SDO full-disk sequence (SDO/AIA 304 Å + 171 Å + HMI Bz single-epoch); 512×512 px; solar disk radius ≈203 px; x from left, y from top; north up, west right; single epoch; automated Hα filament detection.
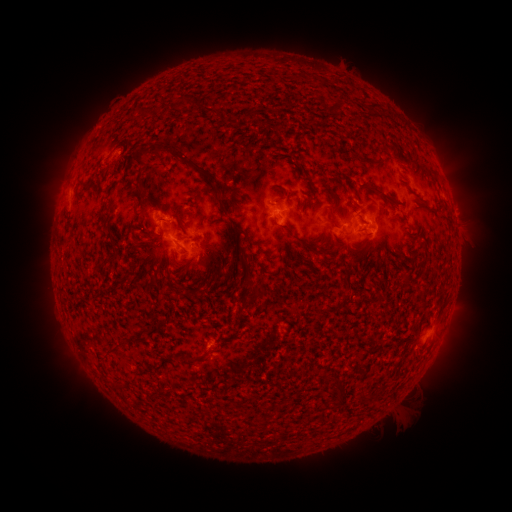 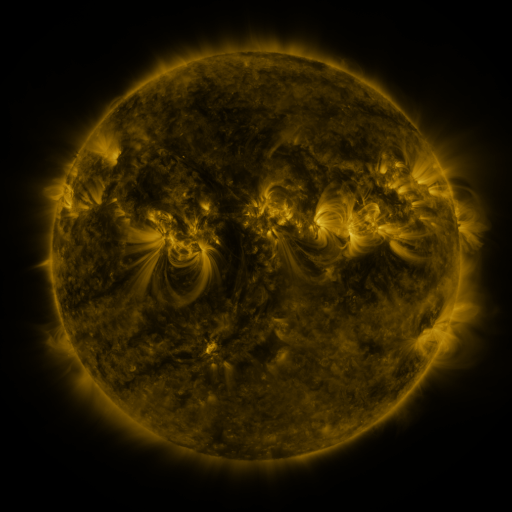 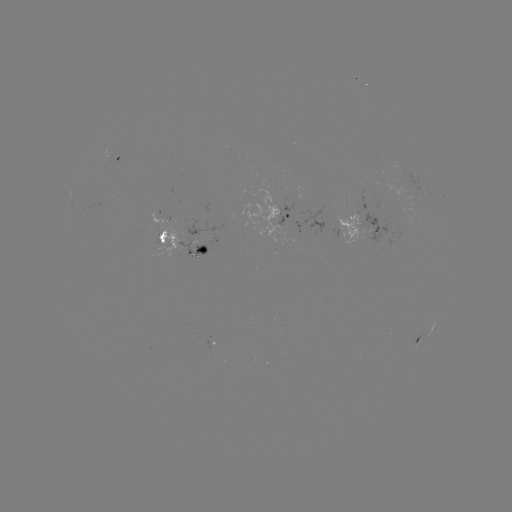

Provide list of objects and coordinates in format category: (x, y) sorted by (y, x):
filament: (193, 103)
filament: (335, 105)
filament: (371, 108)
filament: (158, 110)
filament: (138, 112)
filament: (139, 159)
filament: (300, 169)
filament: (200, 170)
filament: (344, 181)
filament: (275, 191)
filament: (384, 196)
filament: (165, 220)
filament: (235, 227)
filament: (287, 229)
filament: (161, 238)
filament: (113, 248)
filament: (320, 252)
filament: (245, 257)
filament: (348, 274)
filament: (405, 278)
filament: (246, 280)
filament: (259, 290)
filament: (258, 307)
filament: (119, 349)
filament: (205, 357)
filament: (340, 394)
filament: (362, 398)
